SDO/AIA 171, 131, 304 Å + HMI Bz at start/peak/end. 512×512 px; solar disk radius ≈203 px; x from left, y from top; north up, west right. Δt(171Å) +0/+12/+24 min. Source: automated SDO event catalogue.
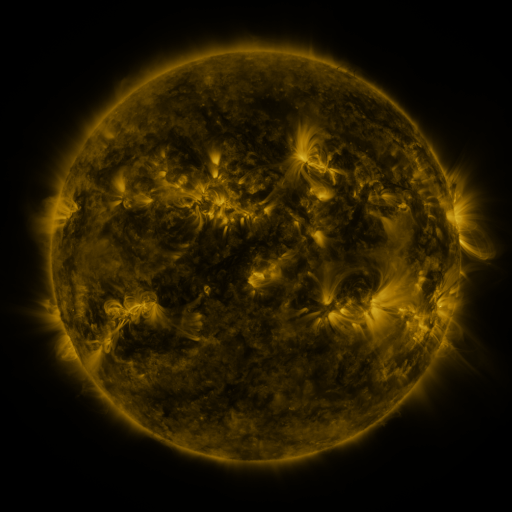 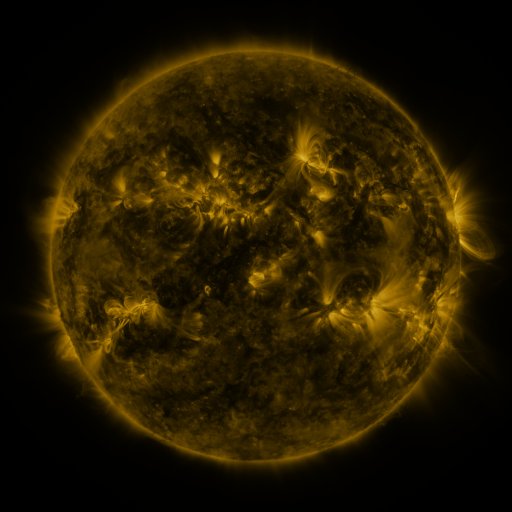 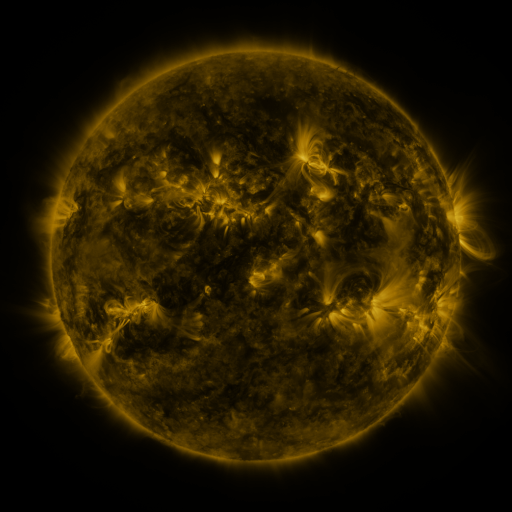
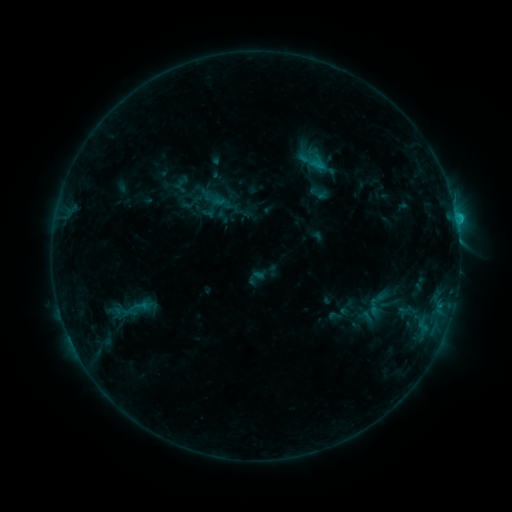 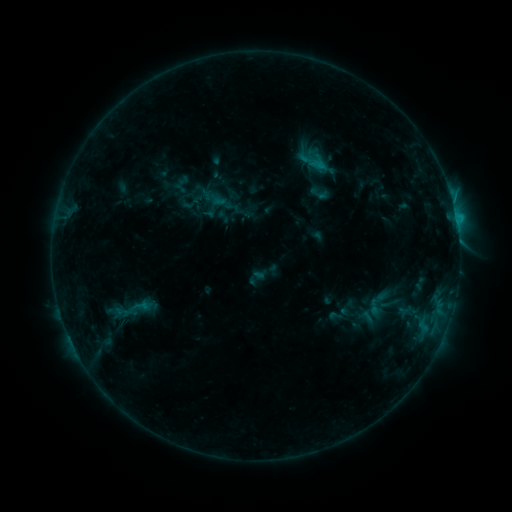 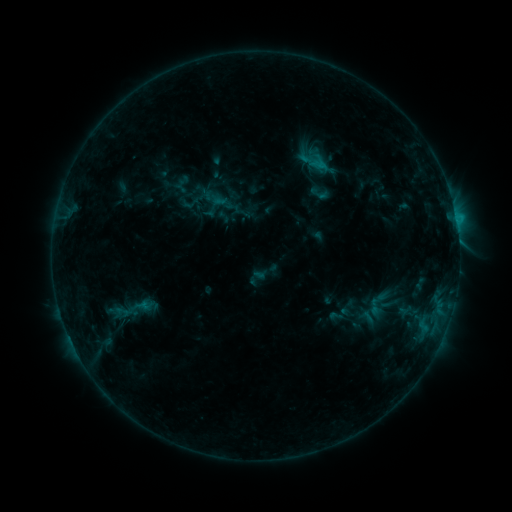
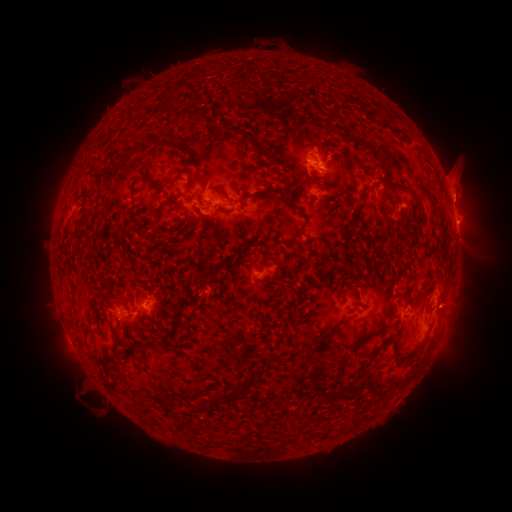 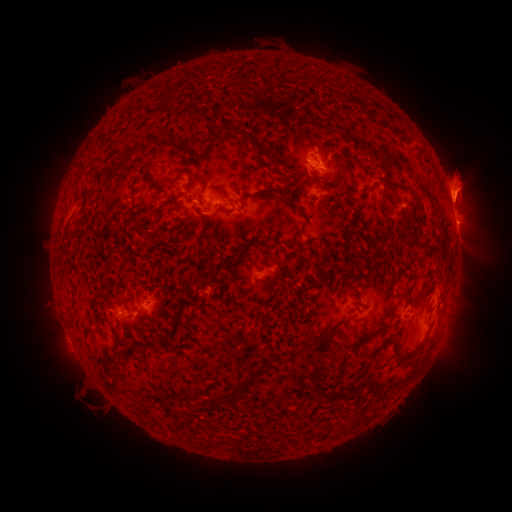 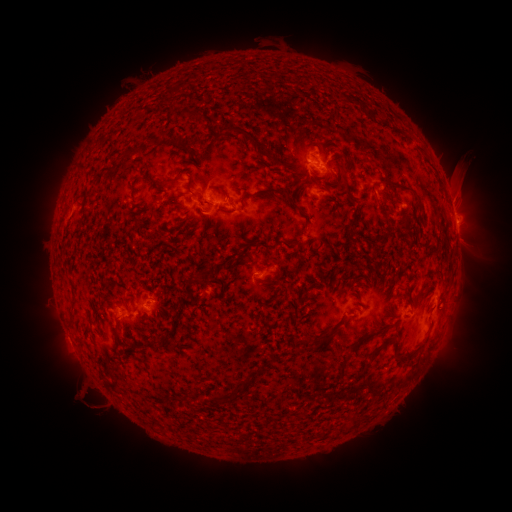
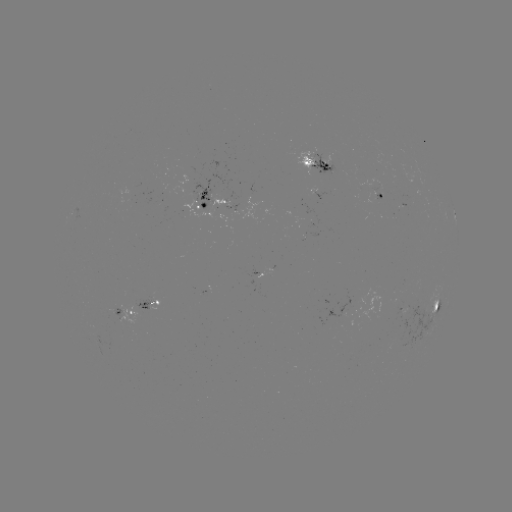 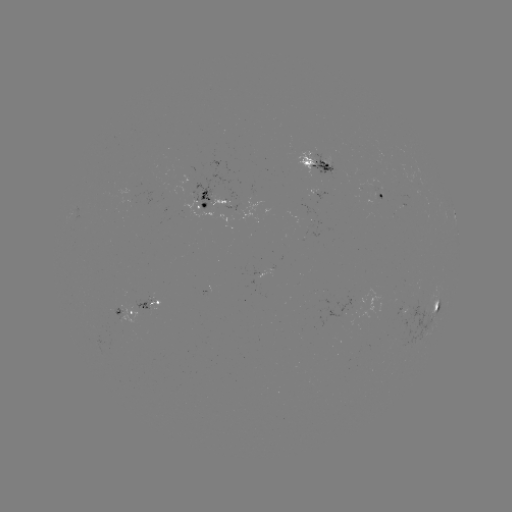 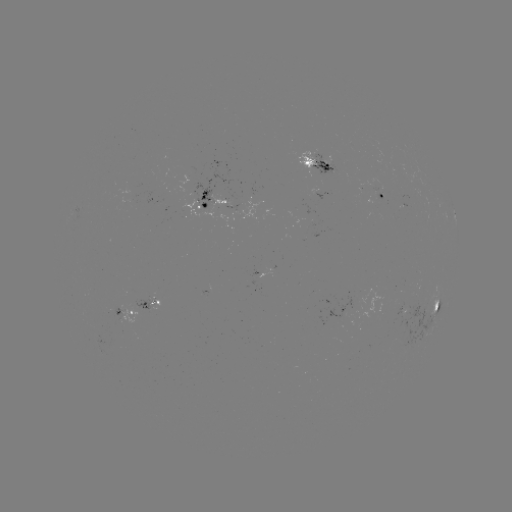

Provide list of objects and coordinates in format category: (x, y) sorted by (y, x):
eruption: (464, 183)
